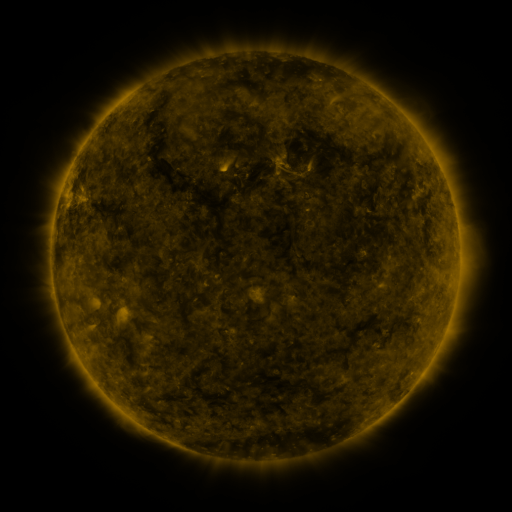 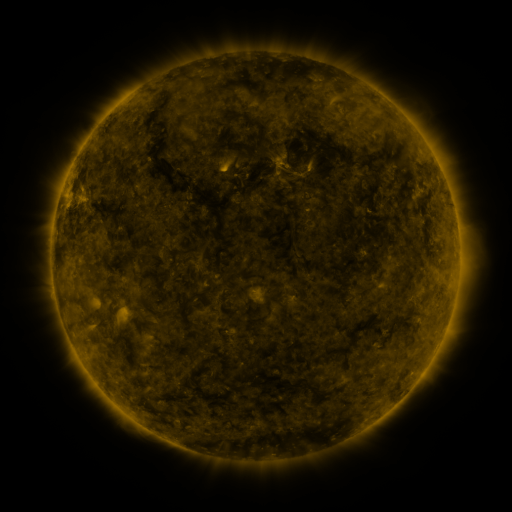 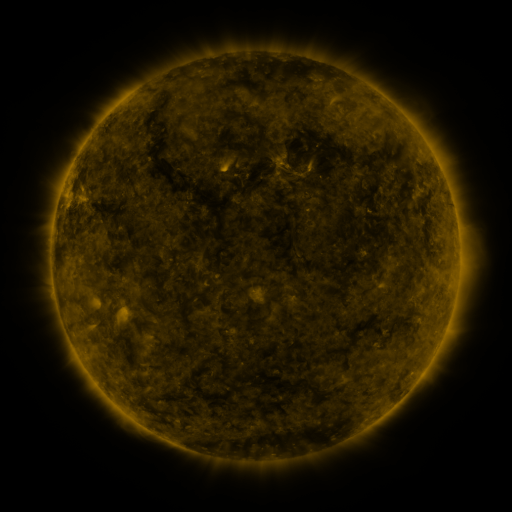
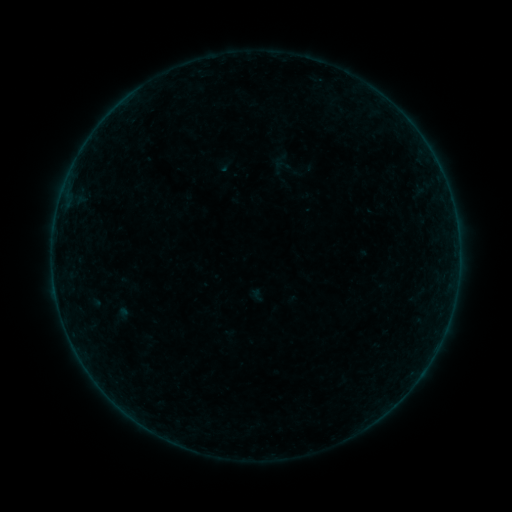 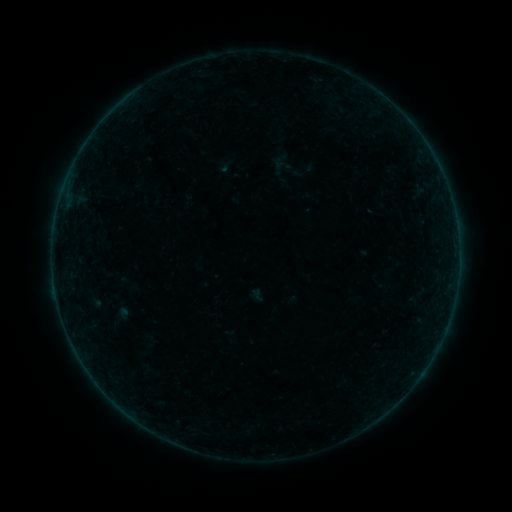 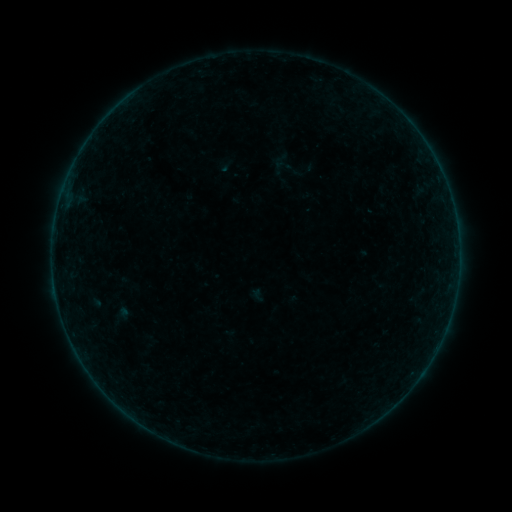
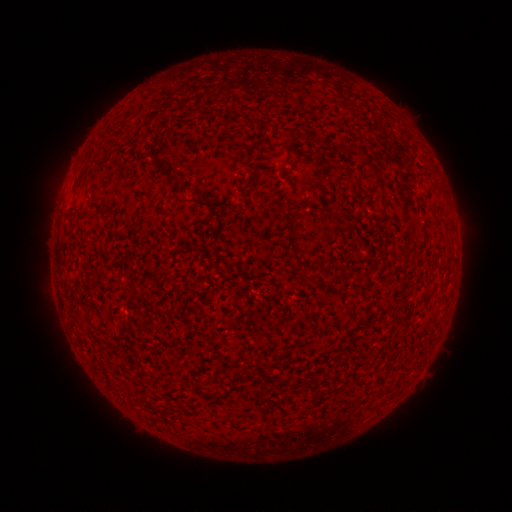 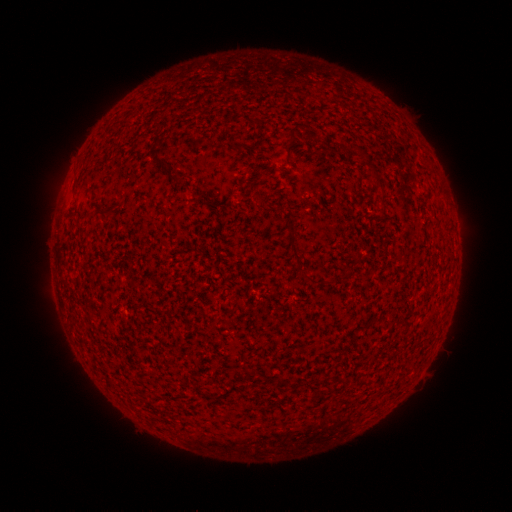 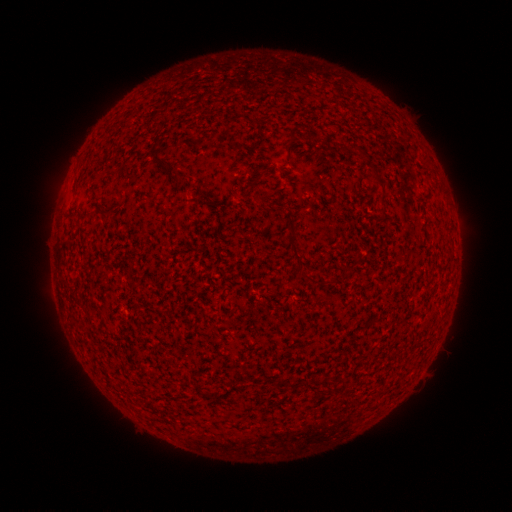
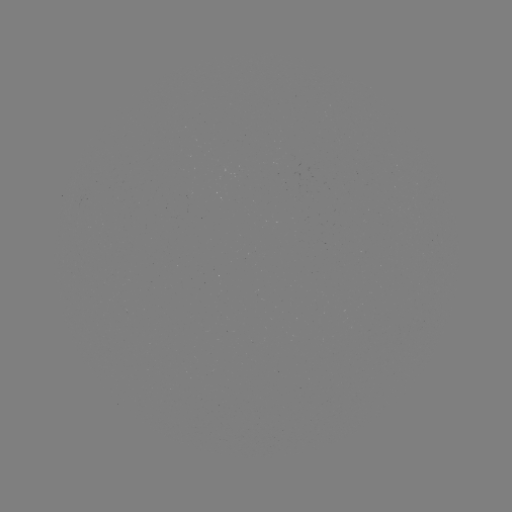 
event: flare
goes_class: B2.5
